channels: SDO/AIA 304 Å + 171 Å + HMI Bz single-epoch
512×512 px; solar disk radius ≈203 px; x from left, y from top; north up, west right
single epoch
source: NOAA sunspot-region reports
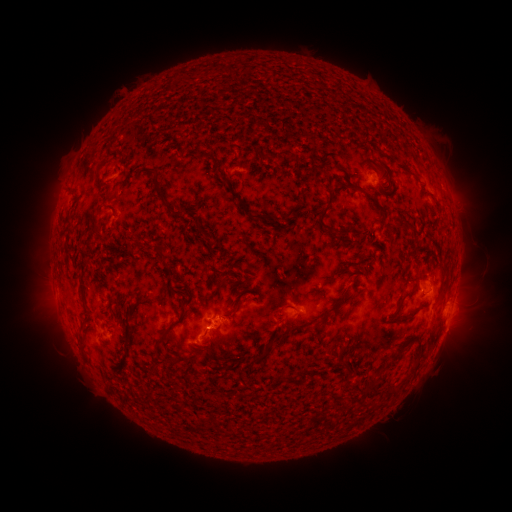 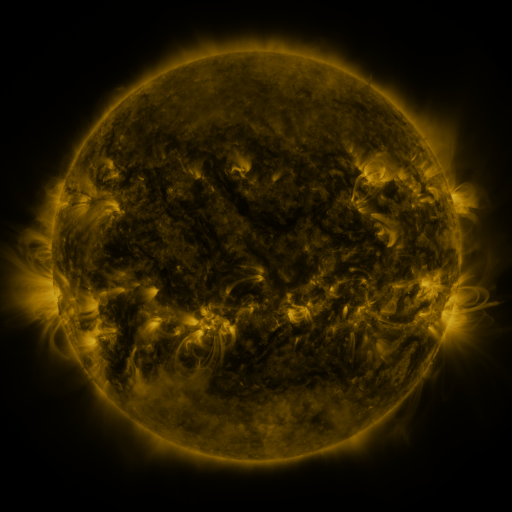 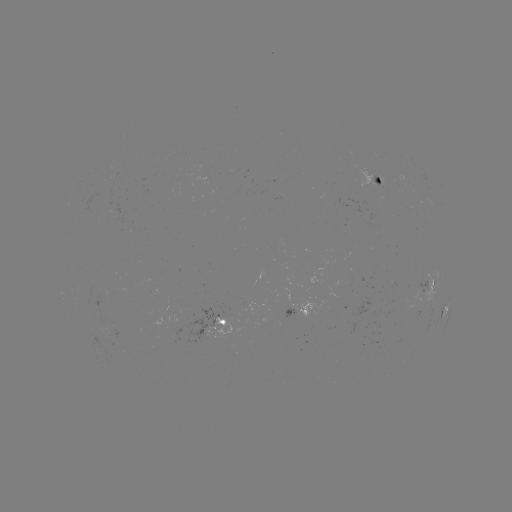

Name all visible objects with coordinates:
spotted active region: (380, 180)
spotted active region: (427, 282)
spotted active region: (446, 311)
spotted active region: (302, 313)
spotted active region: (227, 326)
